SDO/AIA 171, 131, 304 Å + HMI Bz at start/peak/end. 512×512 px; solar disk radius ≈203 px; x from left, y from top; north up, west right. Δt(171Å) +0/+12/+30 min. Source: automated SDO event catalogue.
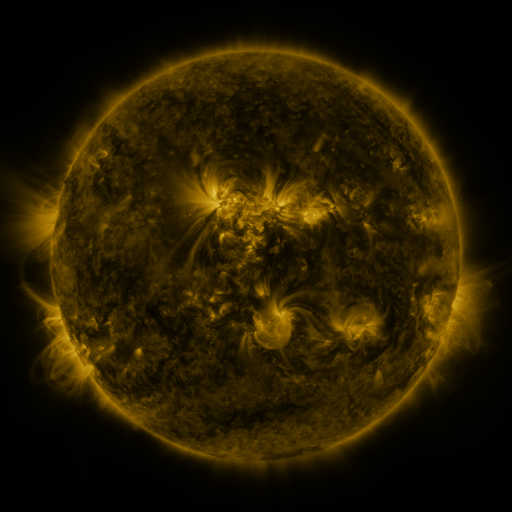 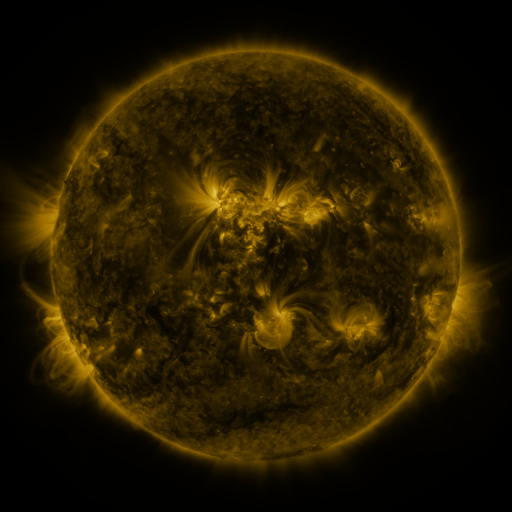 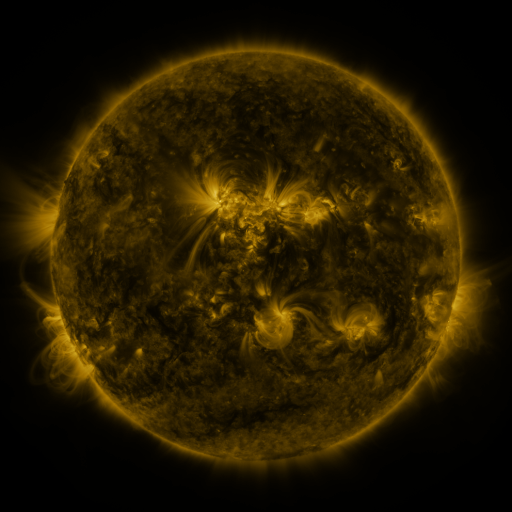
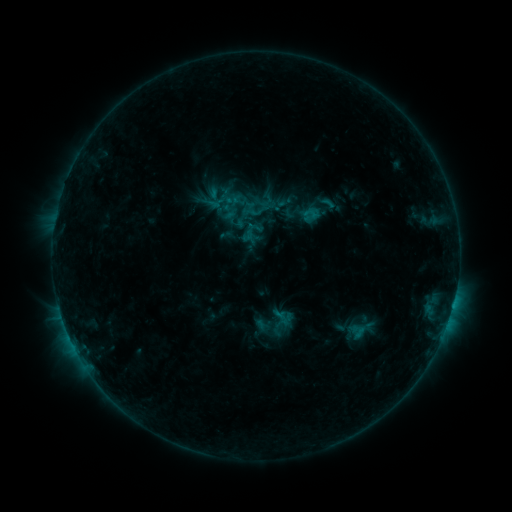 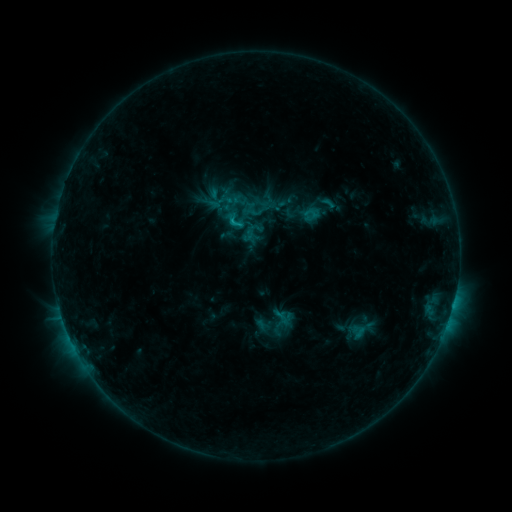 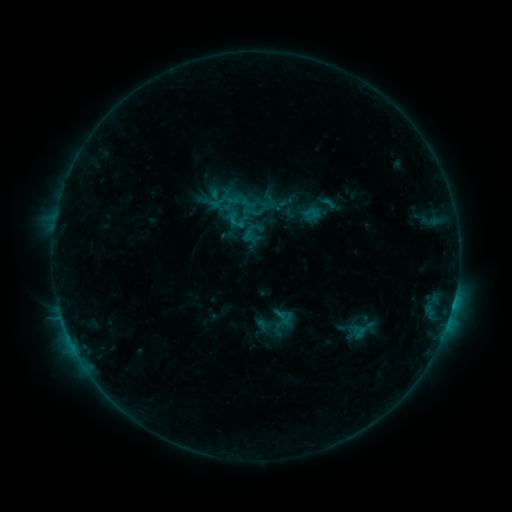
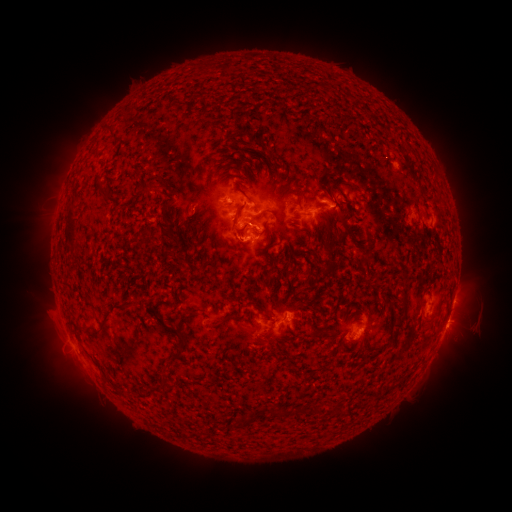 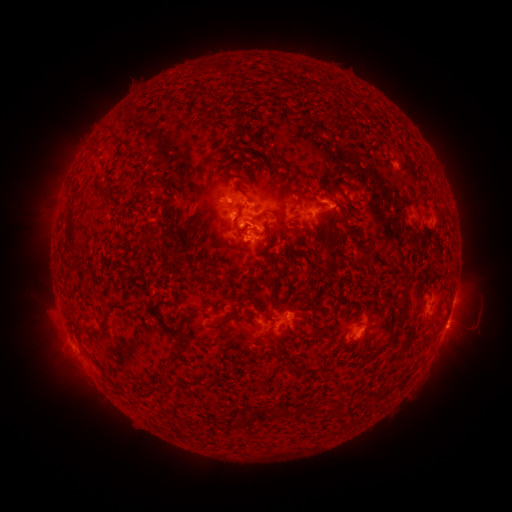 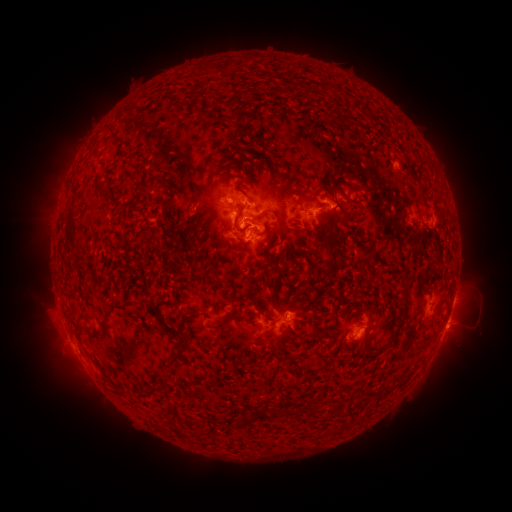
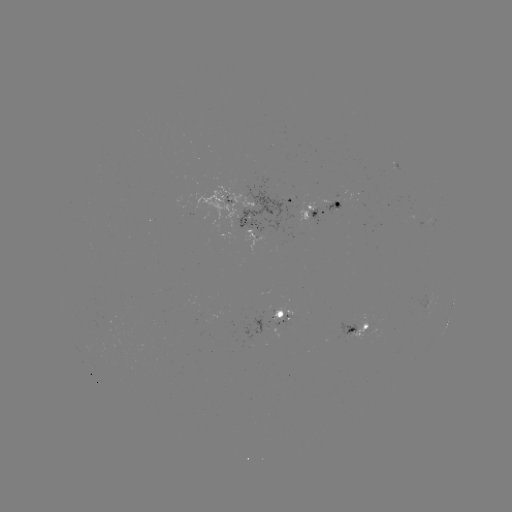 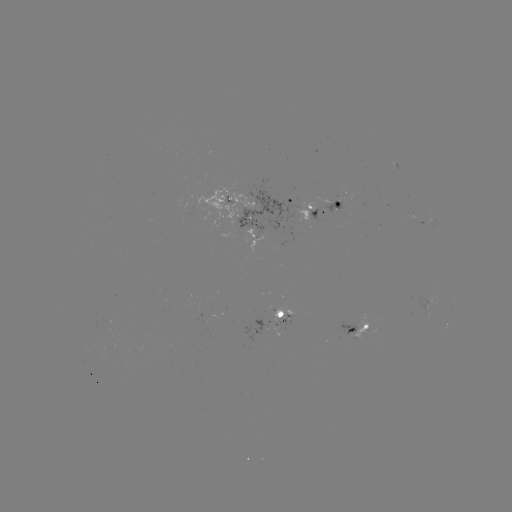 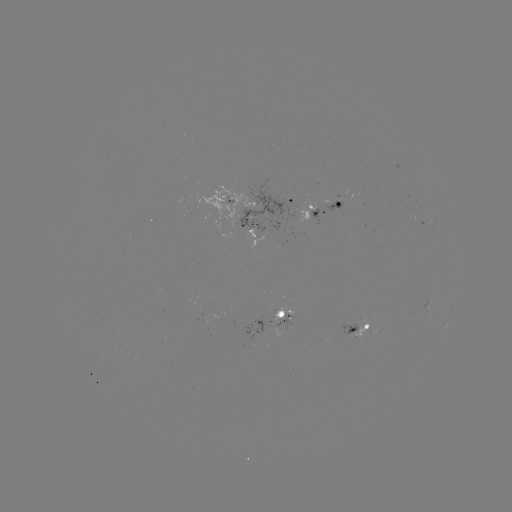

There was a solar flare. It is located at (234, 224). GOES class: C1.2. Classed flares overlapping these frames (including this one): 1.